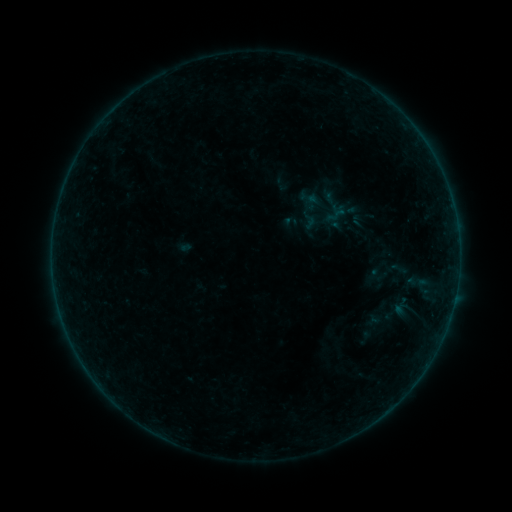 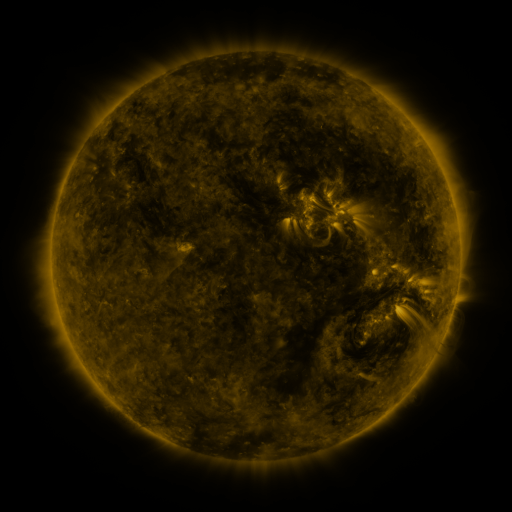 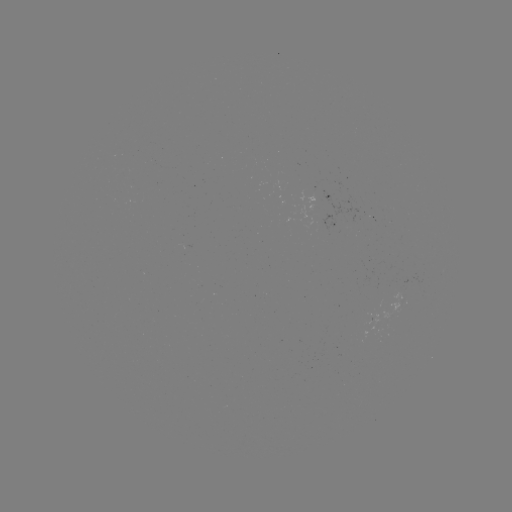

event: sigmoid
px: (336, 215)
